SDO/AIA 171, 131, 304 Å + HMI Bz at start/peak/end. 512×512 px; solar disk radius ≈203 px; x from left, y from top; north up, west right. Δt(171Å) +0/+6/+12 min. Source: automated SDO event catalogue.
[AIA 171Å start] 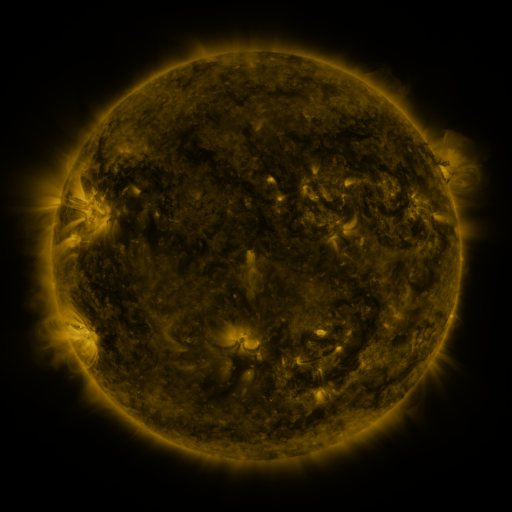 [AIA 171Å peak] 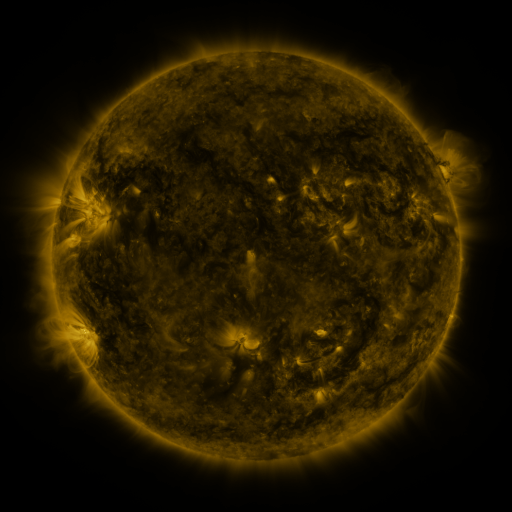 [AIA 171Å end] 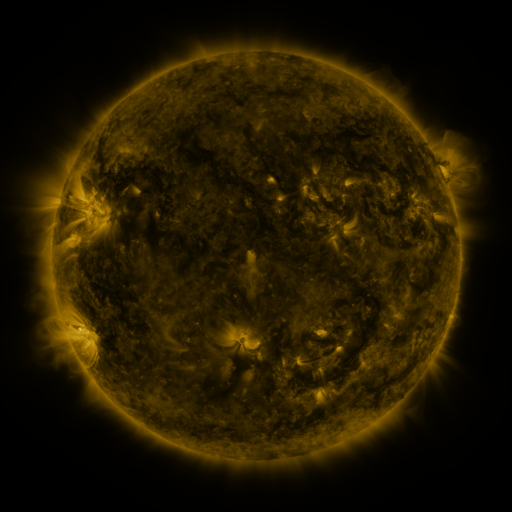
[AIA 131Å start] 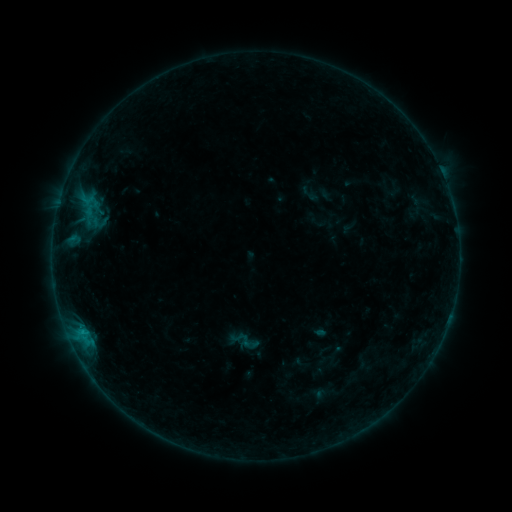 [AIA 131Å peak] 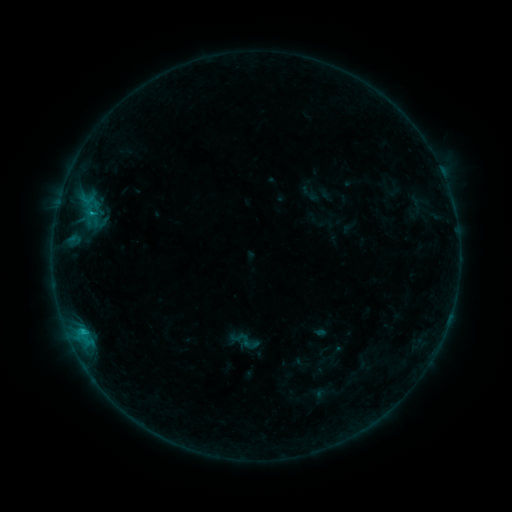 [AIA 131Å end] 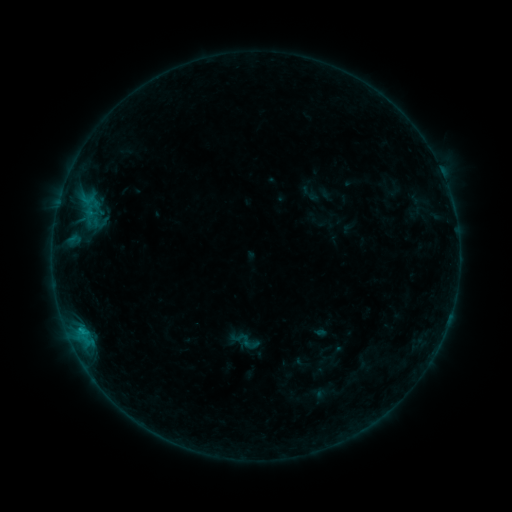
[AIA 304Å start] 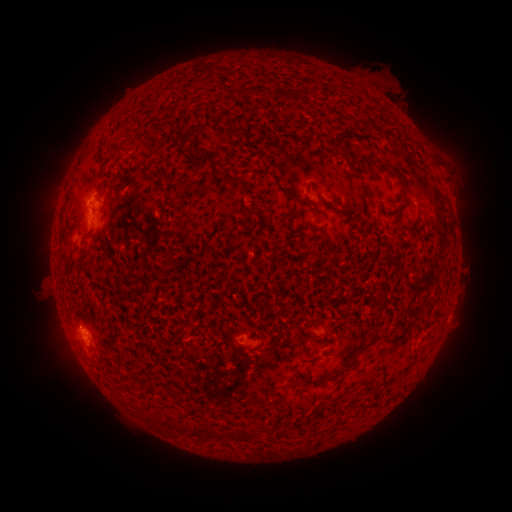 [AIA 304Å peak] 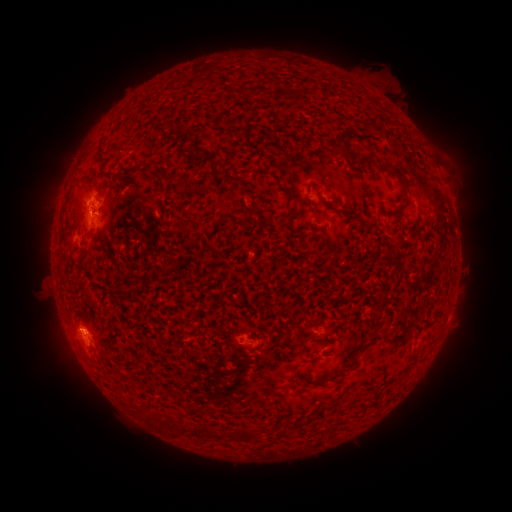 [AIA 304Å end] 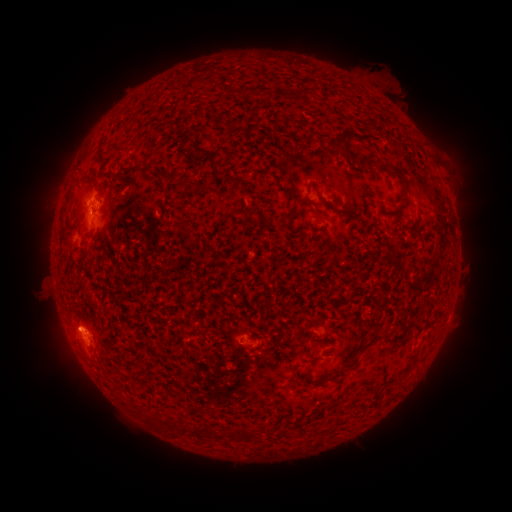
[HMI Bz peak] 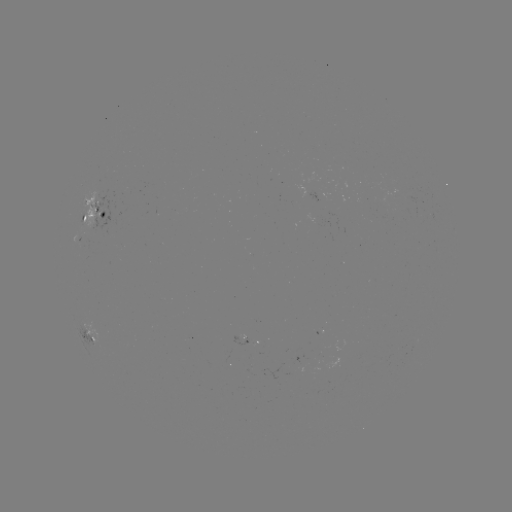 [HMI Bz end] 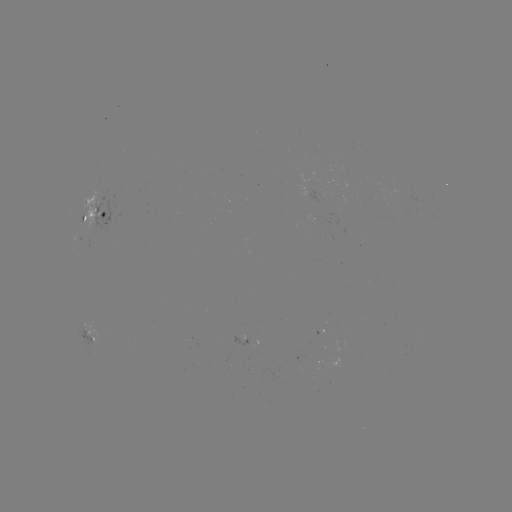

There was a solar flare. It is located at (92, 216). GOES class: B6.8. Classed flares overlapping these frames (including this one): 1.